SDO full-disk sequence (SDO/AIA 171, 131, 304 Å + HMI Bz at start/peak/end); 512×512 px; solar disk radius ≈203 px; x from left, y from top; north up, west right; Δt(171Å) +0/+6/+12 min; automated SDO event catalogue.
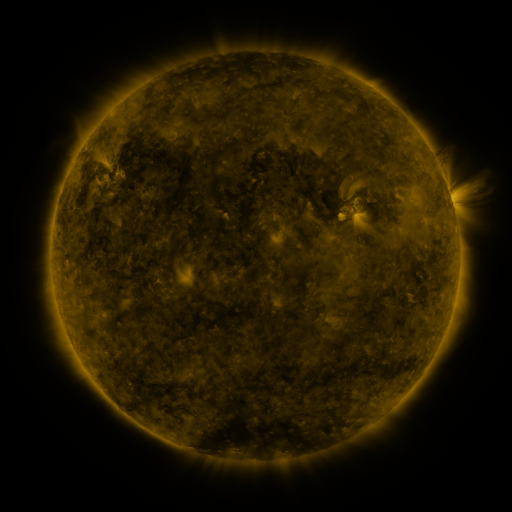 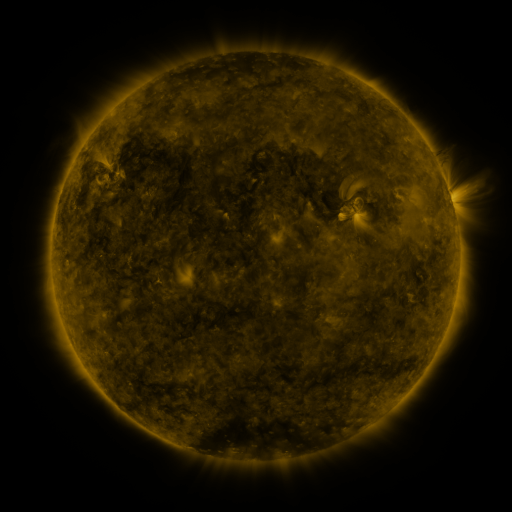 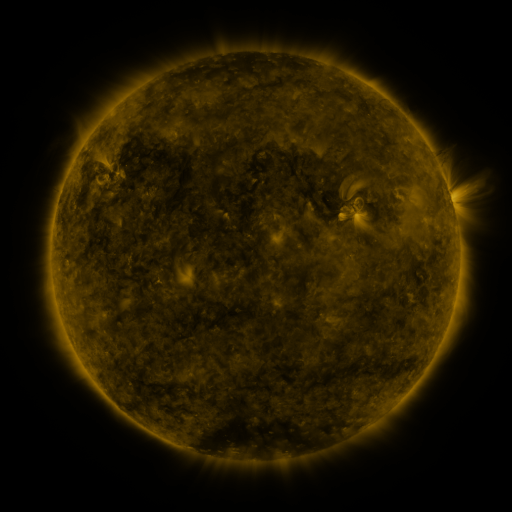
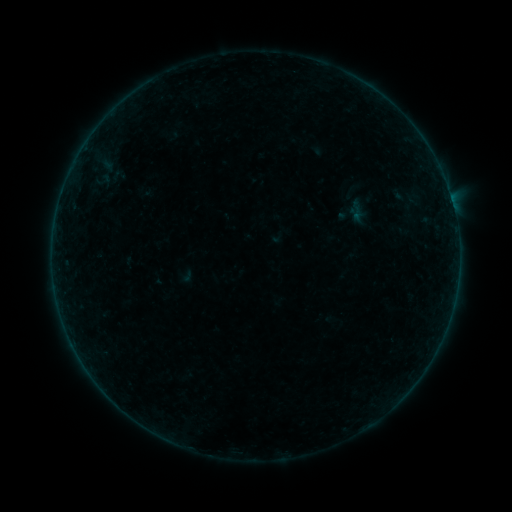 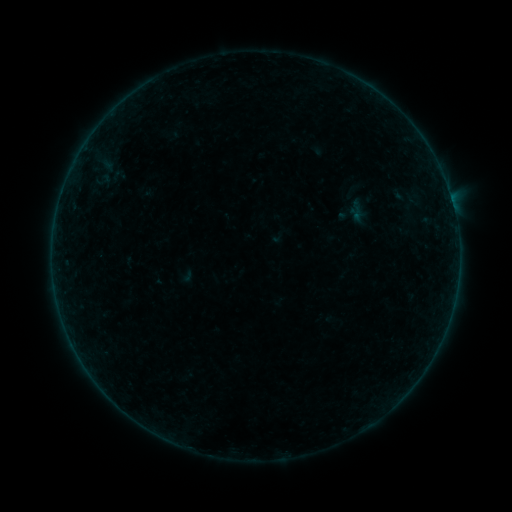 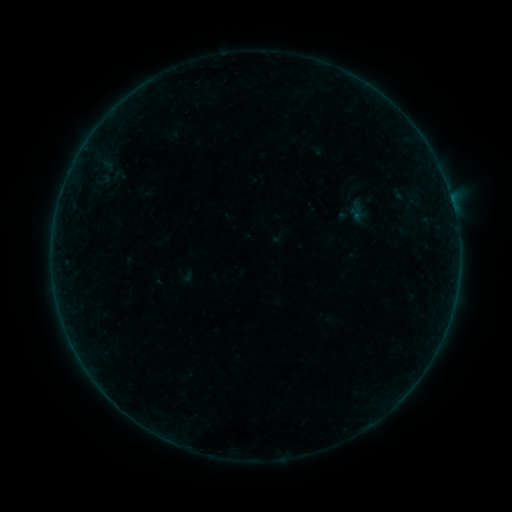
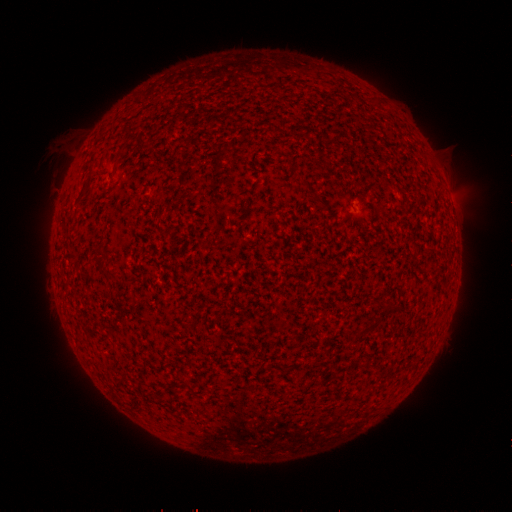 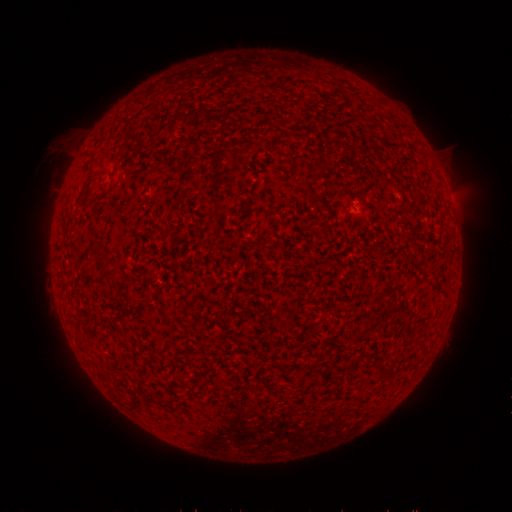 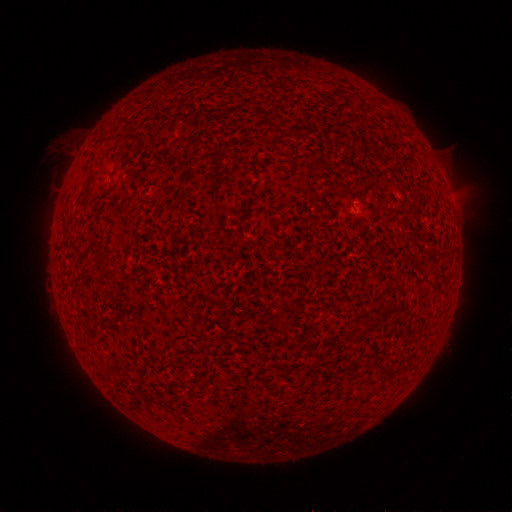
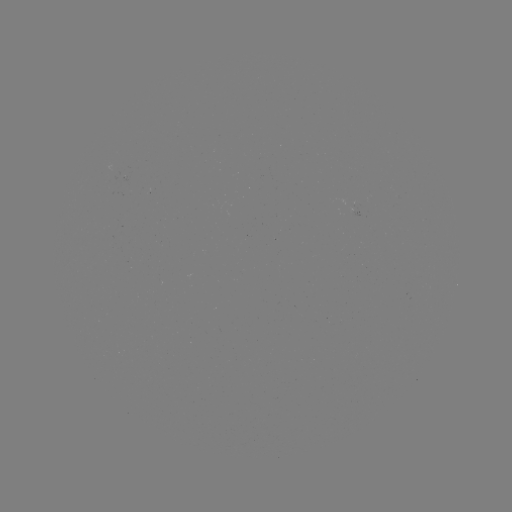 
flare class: B1.9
